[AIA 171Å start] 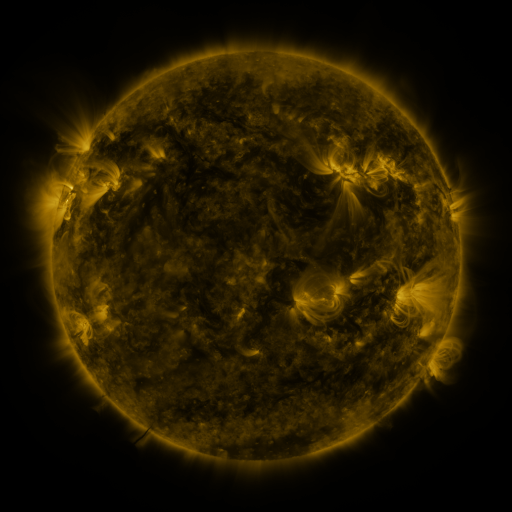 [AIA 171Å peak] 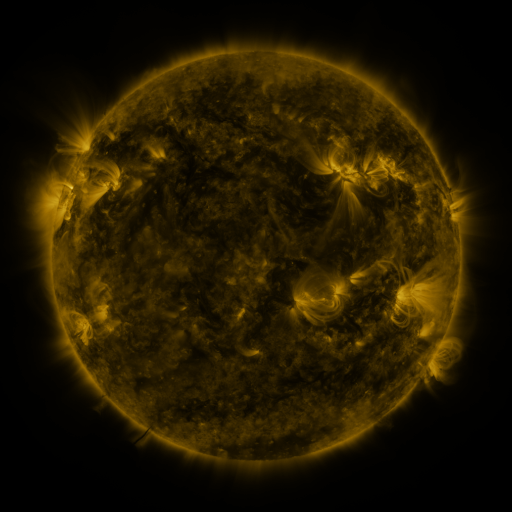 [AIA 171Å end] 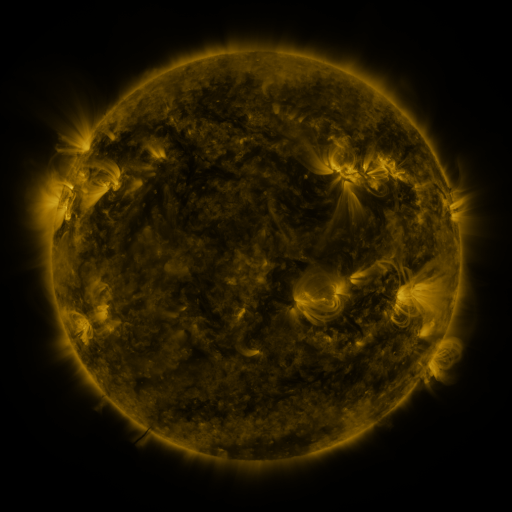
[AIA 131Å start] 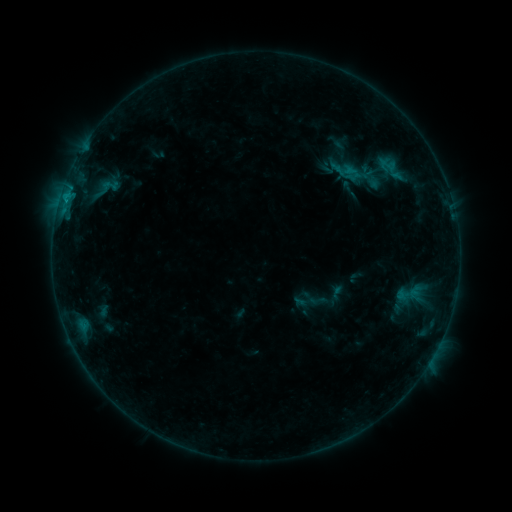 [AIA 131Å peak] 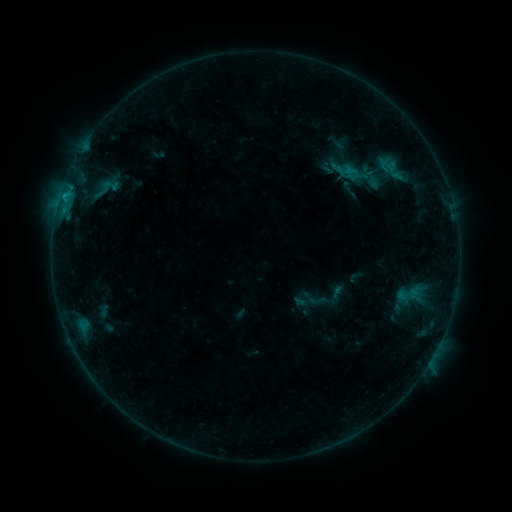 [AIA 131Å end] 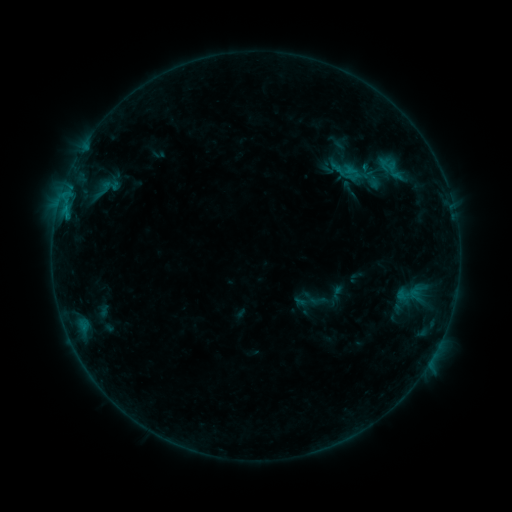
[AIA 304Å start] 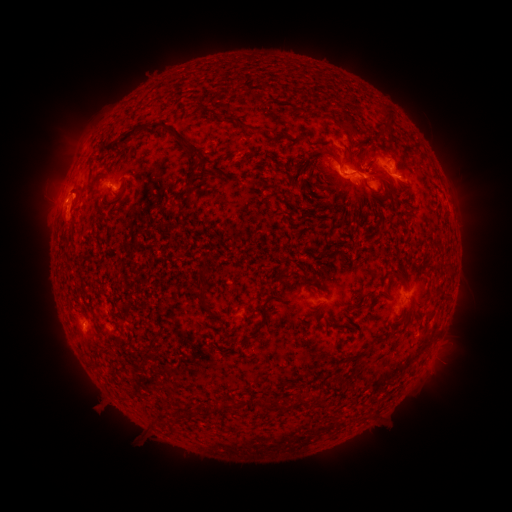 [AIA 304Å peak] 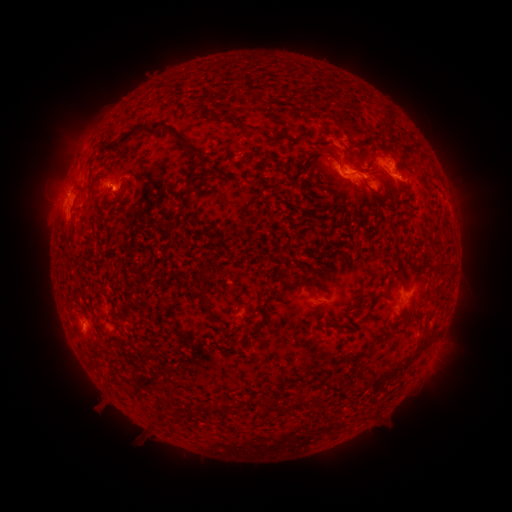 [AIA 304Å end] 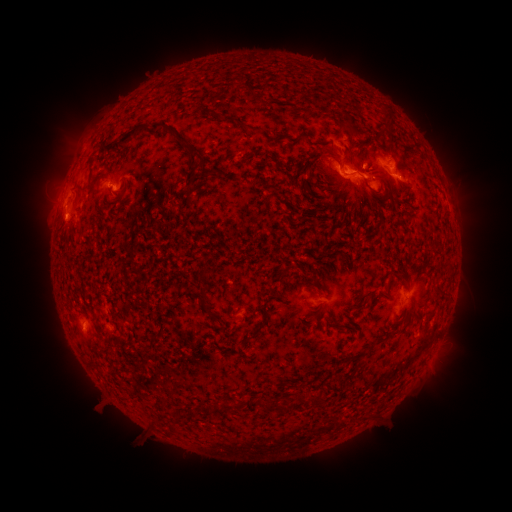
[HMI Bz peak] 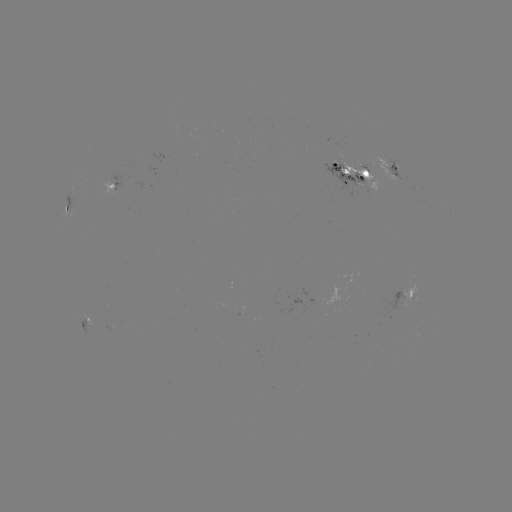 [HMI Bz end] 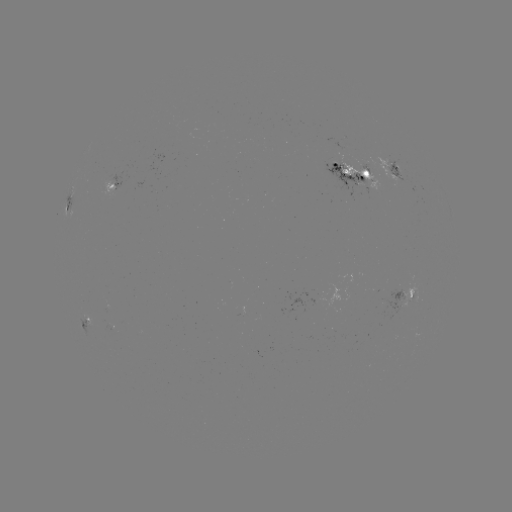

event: eruption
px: (74, 194)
